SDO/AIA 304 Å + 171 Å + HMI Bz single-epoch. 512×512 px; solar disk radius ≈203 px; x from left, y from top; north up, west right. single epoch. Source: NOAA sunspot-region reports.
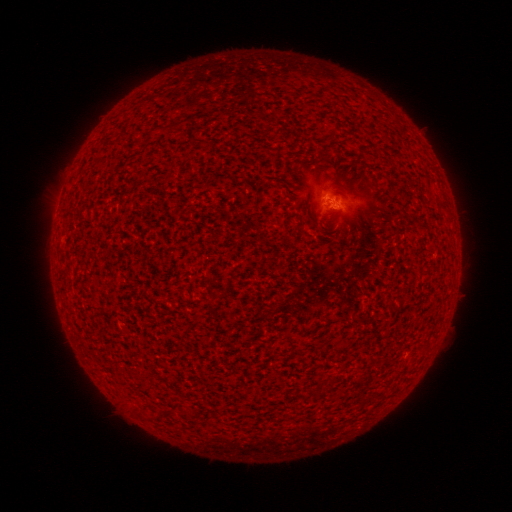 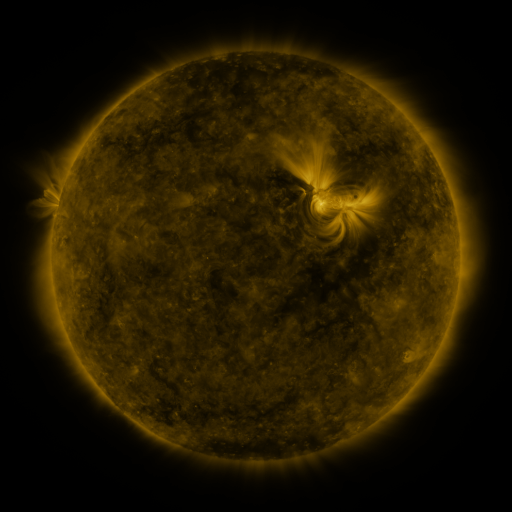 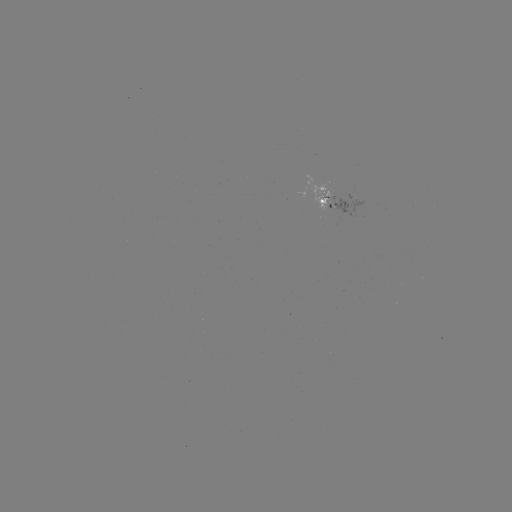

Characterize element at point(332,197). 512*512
spotted active region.